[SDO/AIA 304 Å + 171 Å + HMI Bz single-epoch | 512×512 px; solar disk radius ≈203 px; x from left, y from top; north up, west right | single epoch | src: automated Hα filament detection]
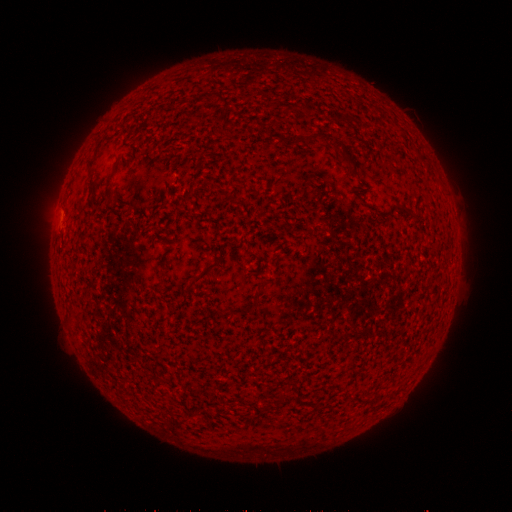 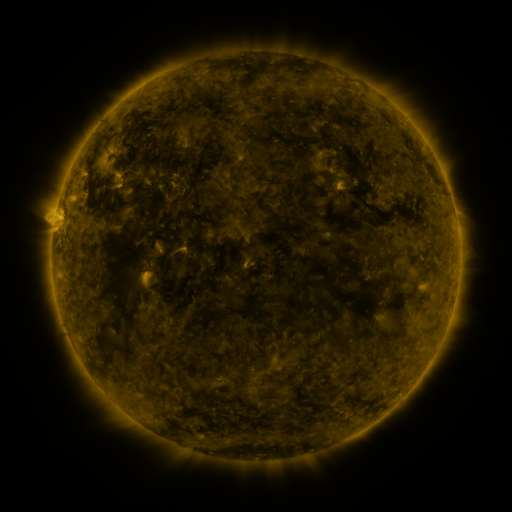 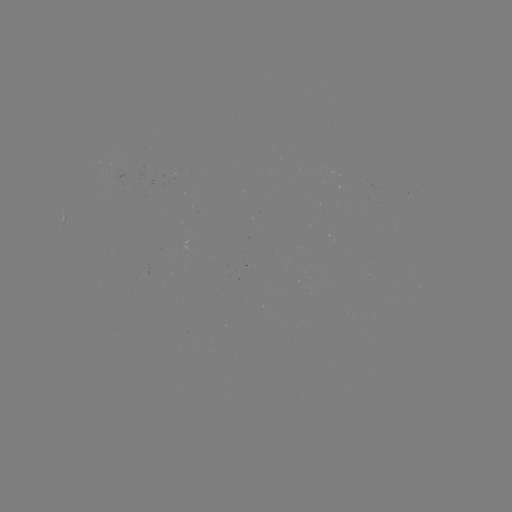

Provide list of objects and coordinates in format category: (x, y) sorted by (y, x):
filament: (197, 100)
filament: (225, 103)
filament: (342, 117)
filament: (321, 136)
filament: (345, 158)
filament: (110, 196)
filament: (207, 268)
